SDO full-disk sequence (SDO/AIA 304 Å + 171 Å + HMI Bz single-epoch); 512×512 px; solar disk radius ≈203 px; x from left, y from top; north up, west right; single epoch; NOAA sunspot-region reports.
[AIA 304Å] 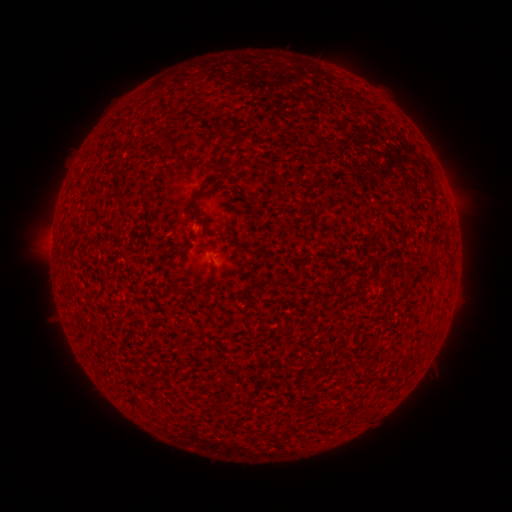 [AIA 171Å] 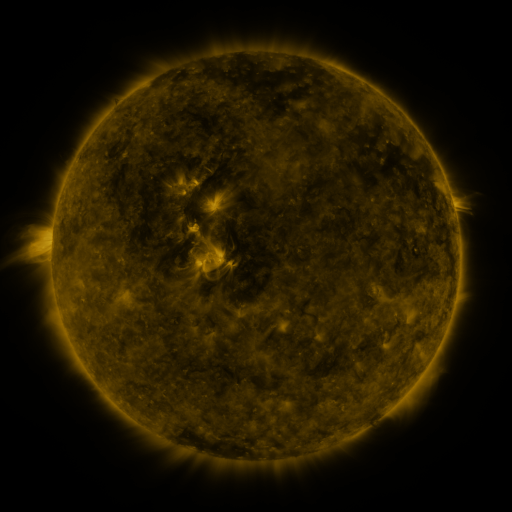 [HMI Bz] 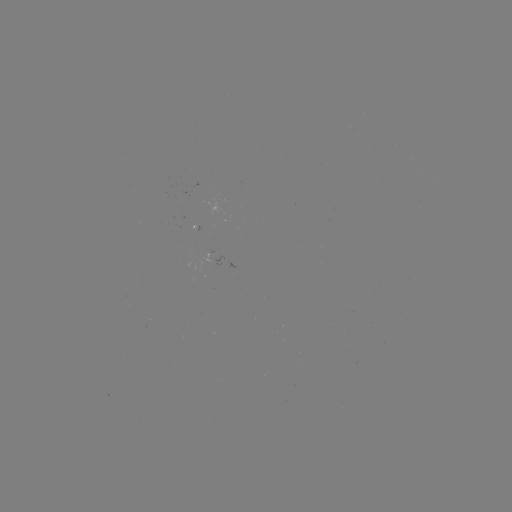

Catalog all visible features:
(none)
